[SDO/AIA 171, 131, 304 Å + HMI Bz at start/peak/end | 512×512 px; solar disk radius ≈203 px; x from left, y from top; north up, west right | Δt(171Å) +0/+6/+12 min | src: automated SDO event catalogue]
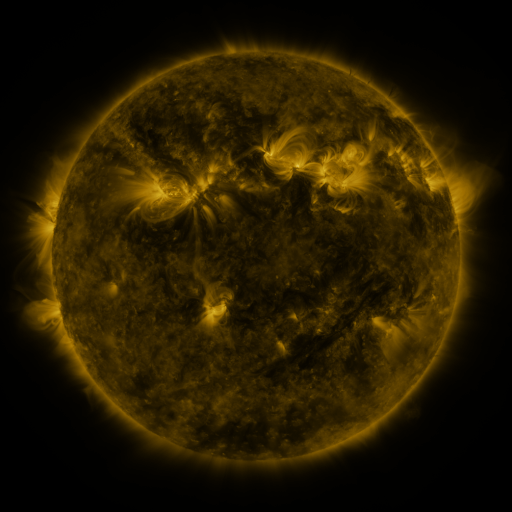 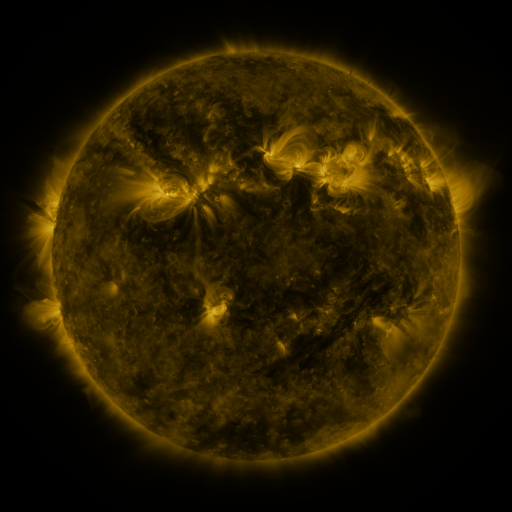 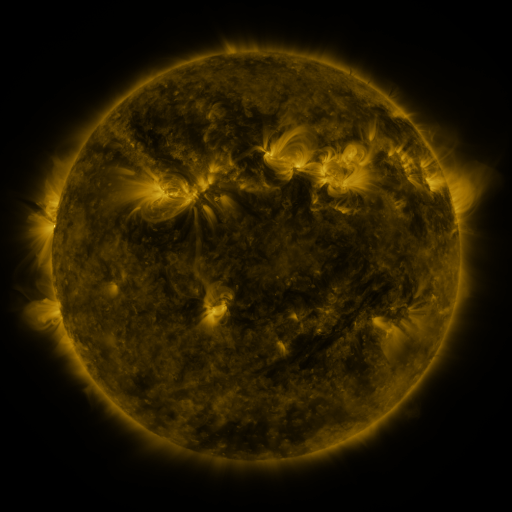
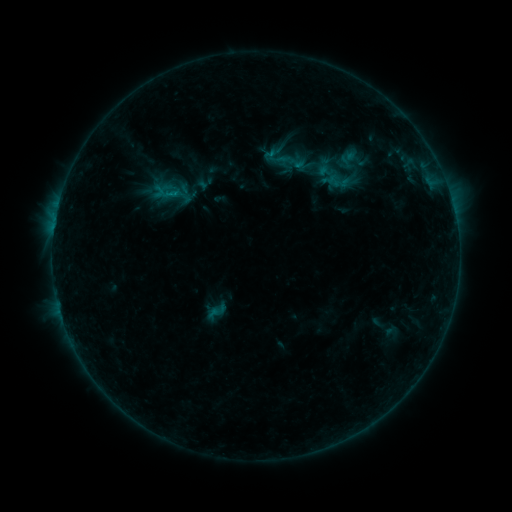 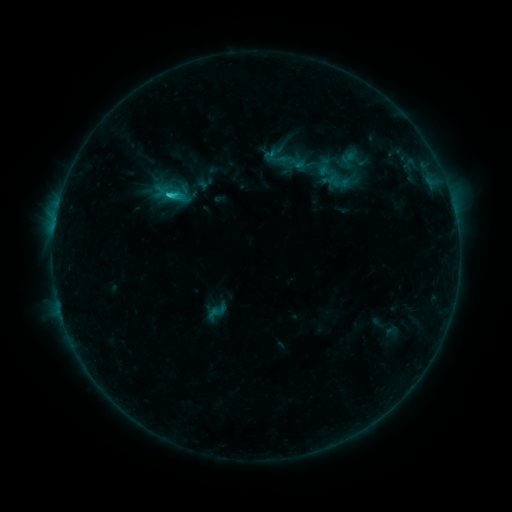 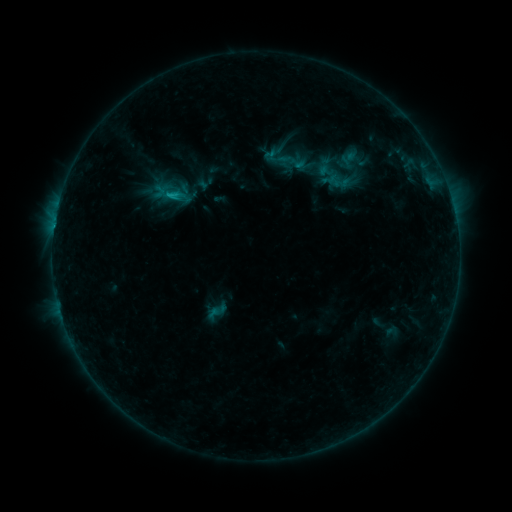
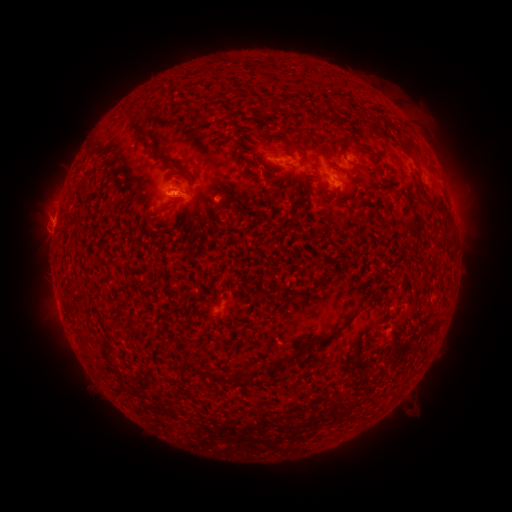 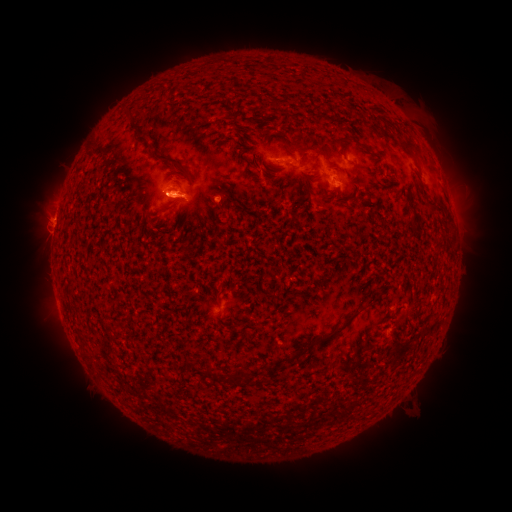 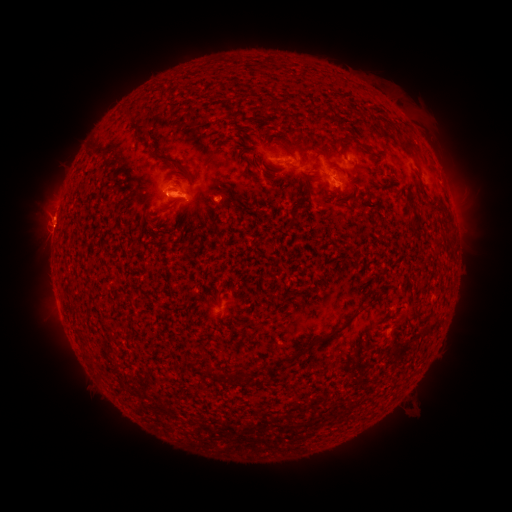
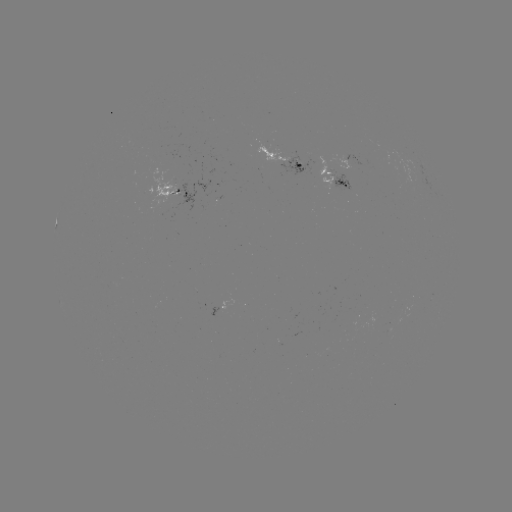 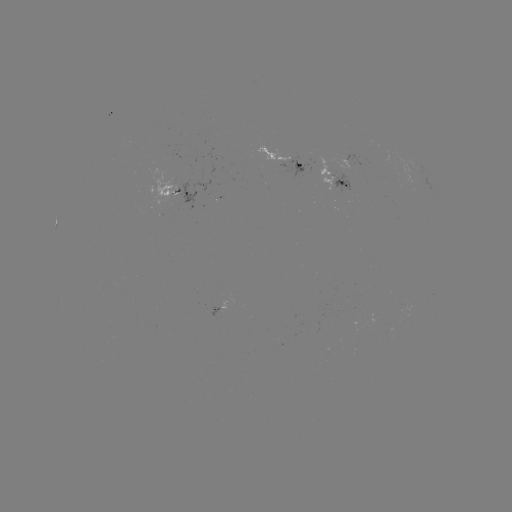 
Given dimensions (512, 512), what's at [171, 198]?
C1.7 flare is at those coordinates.